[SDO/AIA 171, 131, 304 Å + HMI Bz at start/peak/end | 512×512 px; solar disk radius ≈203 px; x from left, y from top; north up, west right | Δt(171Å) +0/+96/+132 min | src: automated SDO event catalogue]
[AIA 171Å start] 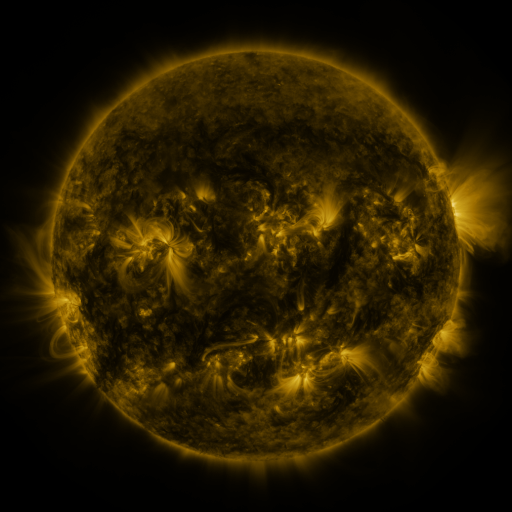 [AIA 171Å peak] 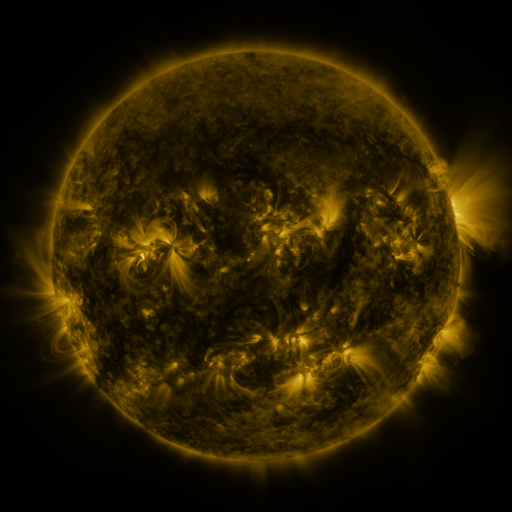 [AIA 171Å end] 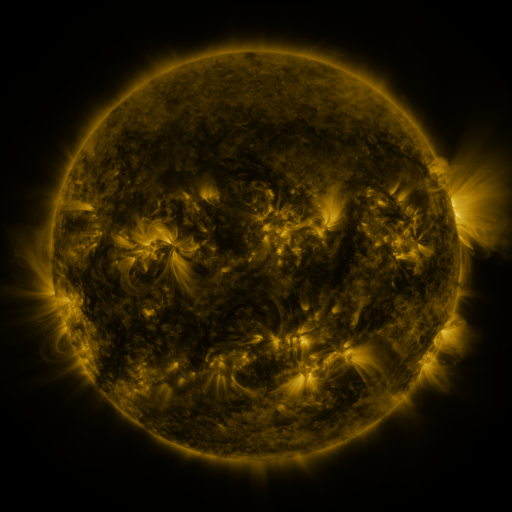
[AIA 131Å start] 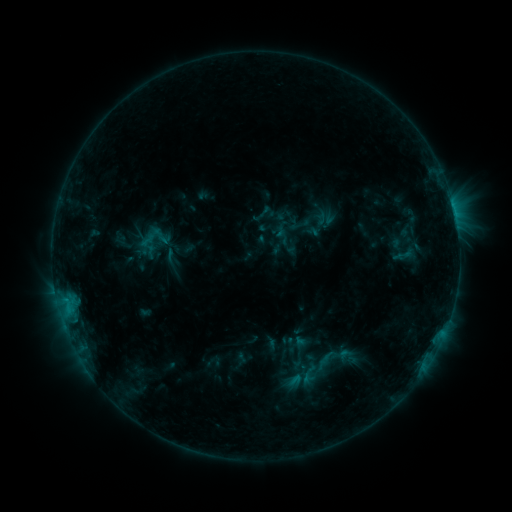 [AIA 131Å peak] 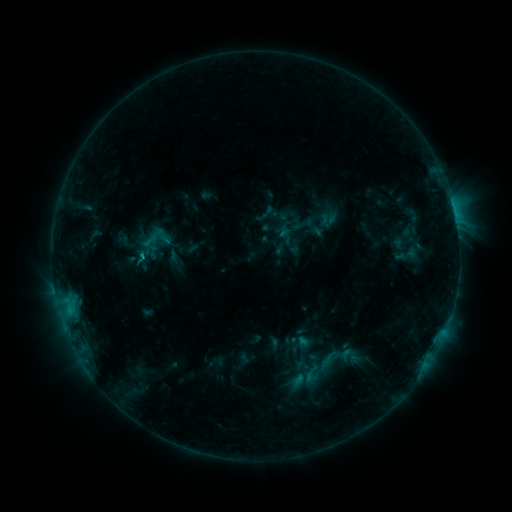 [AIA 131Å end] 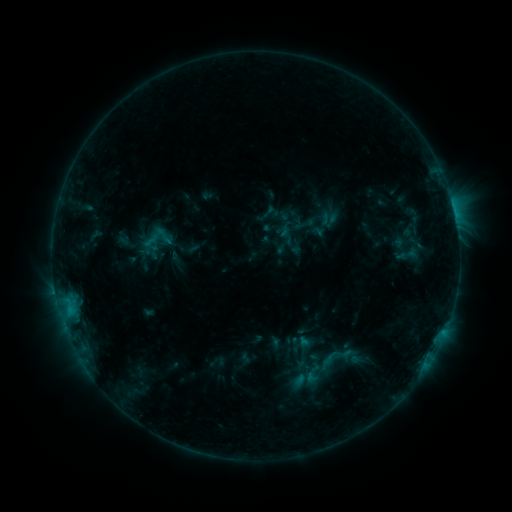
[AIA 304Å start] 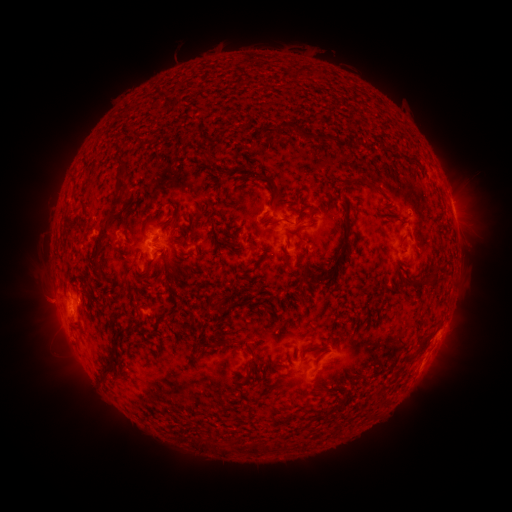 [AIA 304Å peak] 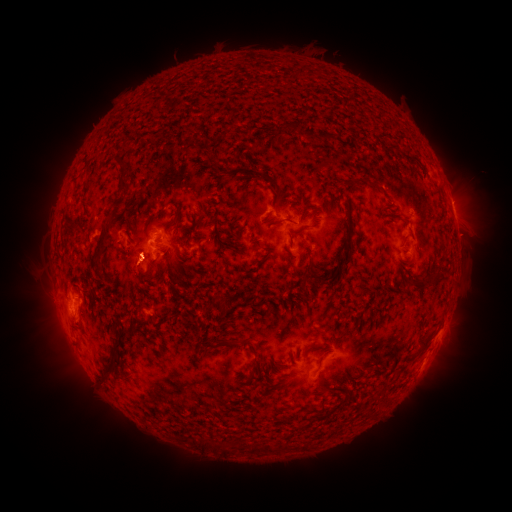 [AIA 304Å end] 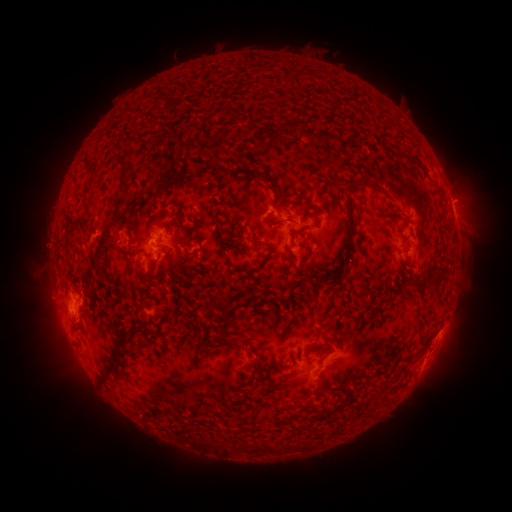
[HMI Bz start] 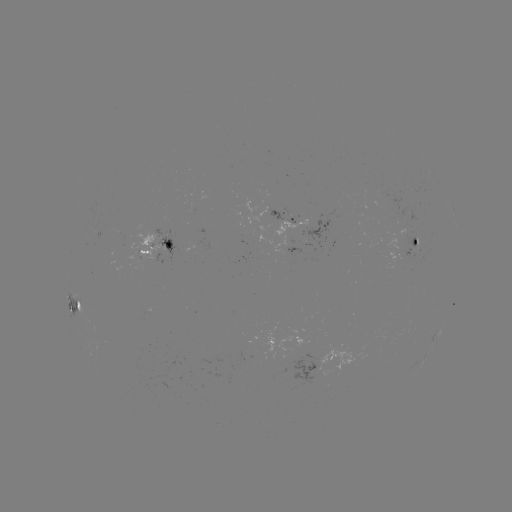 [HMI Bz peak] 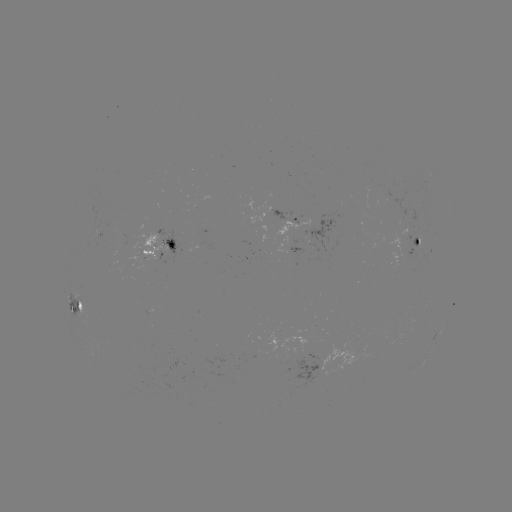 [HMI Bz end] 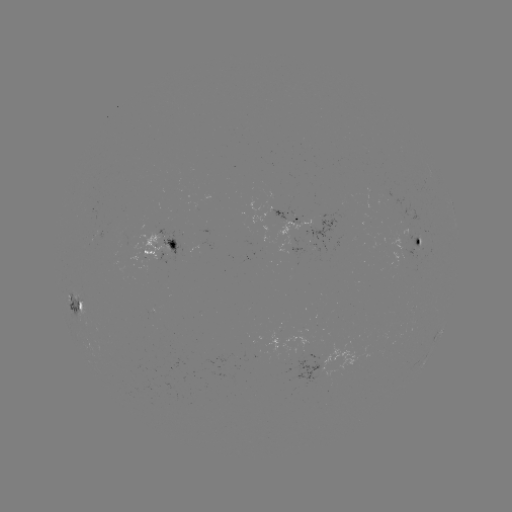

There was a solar emerging-flux region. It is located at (283, 215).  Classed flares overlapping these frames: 1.